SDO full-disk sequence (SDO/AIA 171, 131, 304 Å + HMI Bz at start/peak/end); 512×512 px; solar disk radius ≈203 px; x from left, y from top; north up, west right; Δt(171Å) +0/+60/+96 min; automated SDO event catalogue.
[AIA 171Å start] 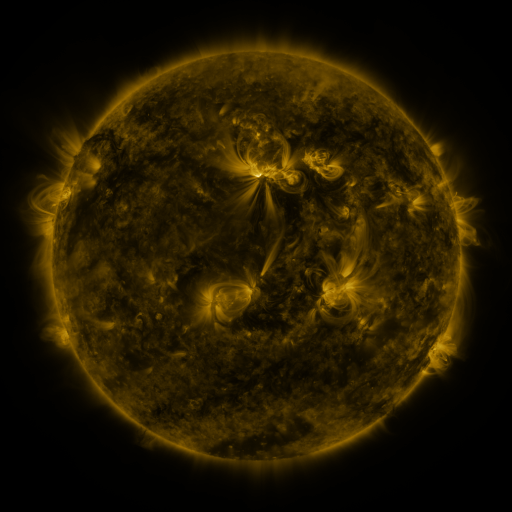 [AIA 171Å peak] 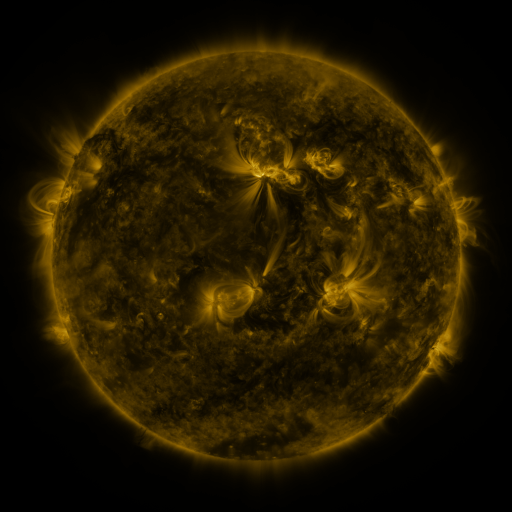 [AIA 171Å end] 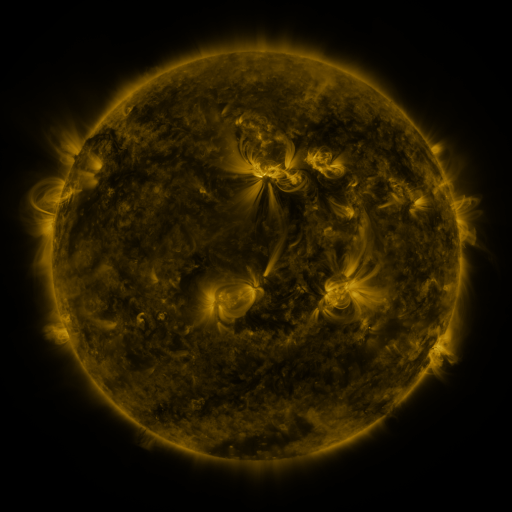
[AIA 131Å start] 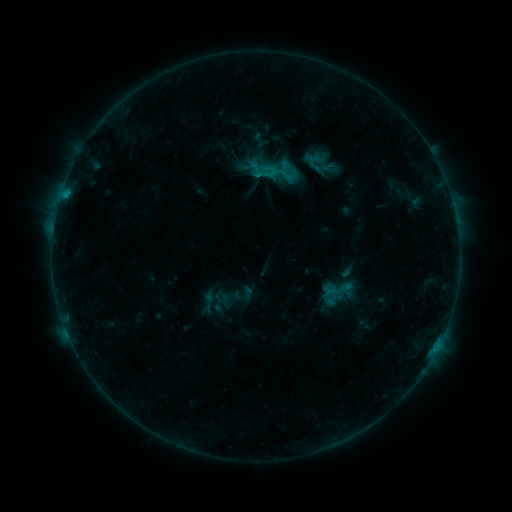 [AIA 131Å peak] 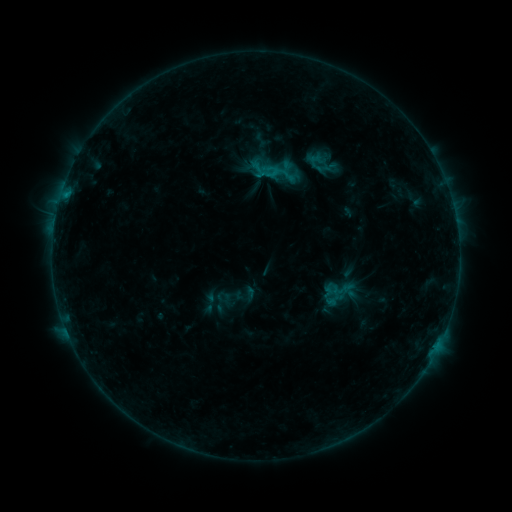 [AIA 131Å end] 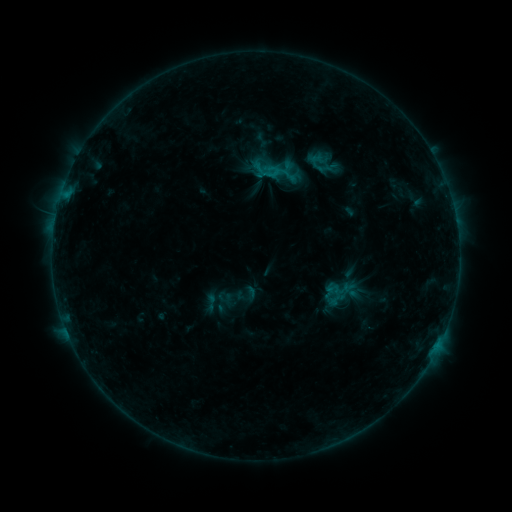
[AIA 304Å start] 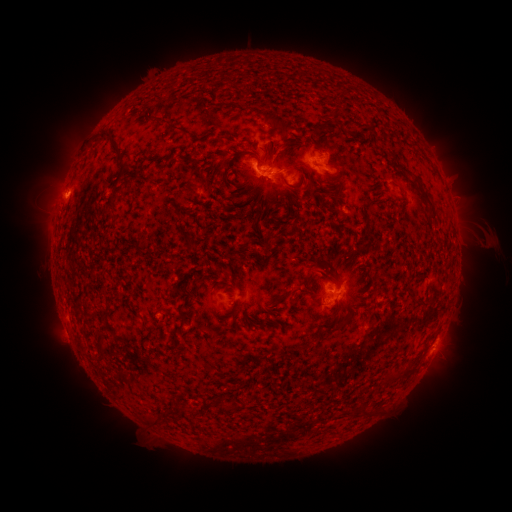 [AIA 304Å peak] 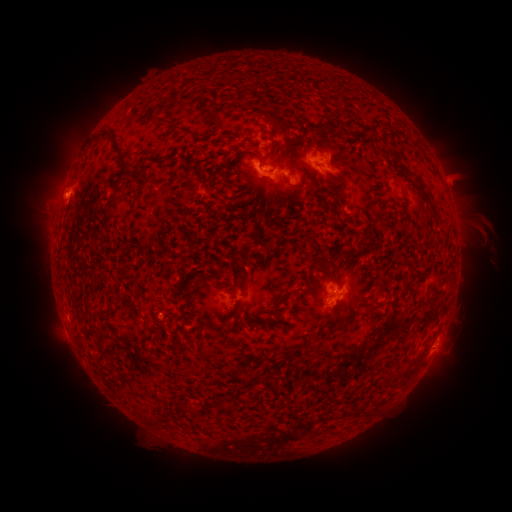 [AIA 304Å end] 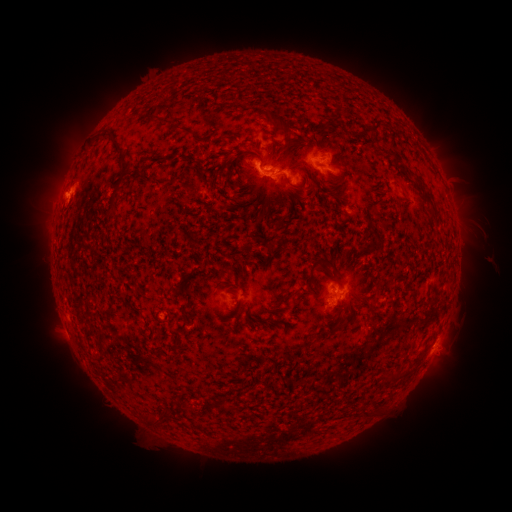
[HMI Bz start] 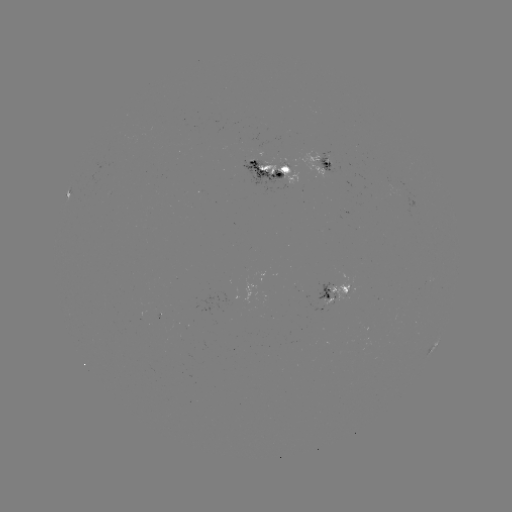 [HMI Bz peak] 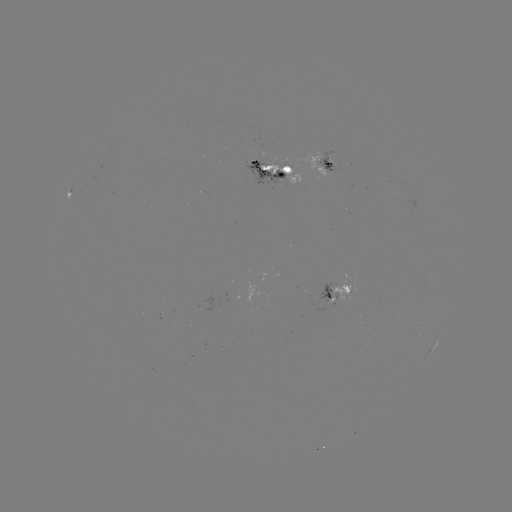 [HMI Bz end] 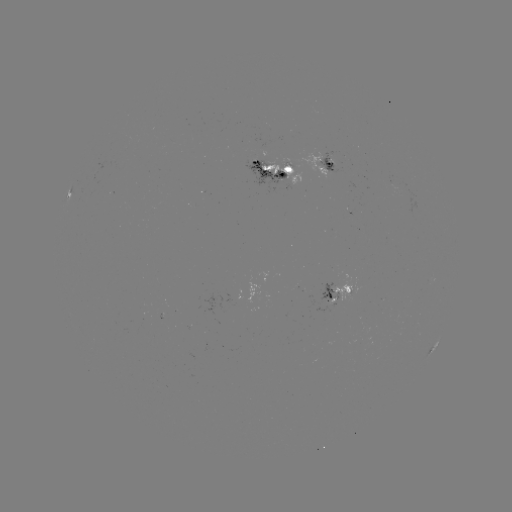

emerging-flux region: [384, 178, 403, 196]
